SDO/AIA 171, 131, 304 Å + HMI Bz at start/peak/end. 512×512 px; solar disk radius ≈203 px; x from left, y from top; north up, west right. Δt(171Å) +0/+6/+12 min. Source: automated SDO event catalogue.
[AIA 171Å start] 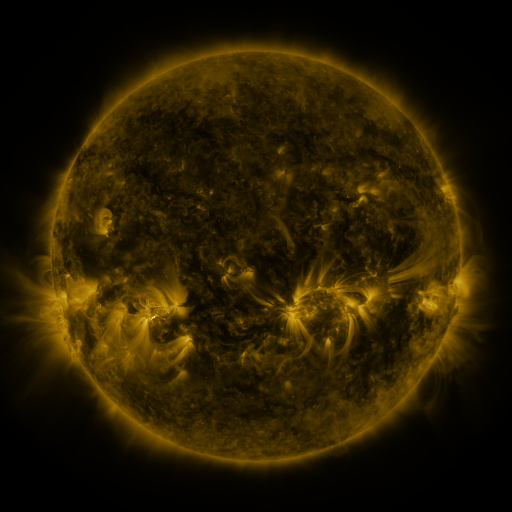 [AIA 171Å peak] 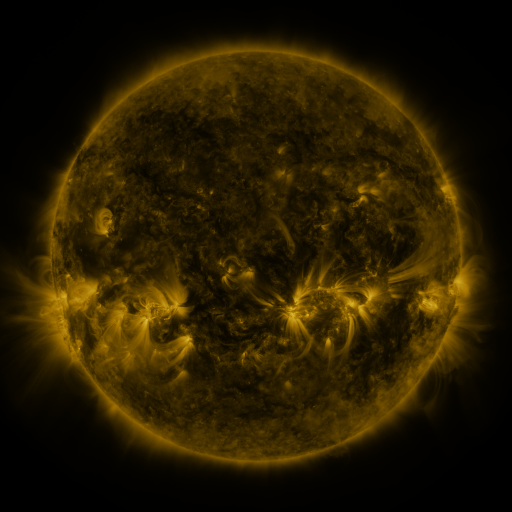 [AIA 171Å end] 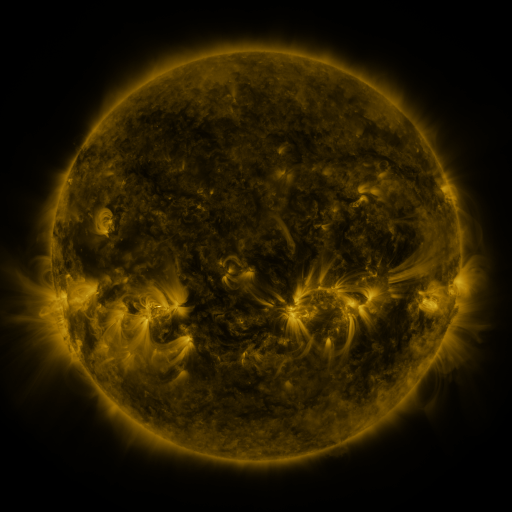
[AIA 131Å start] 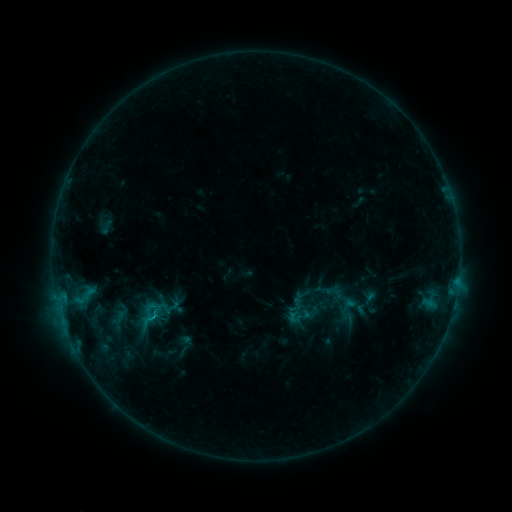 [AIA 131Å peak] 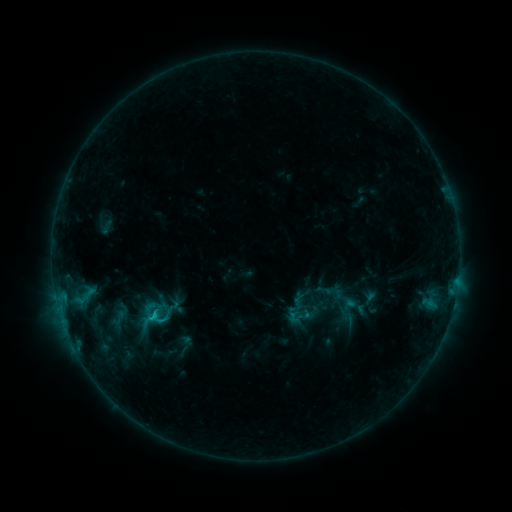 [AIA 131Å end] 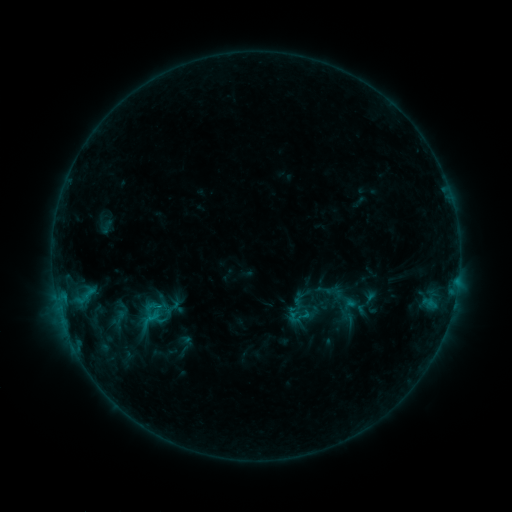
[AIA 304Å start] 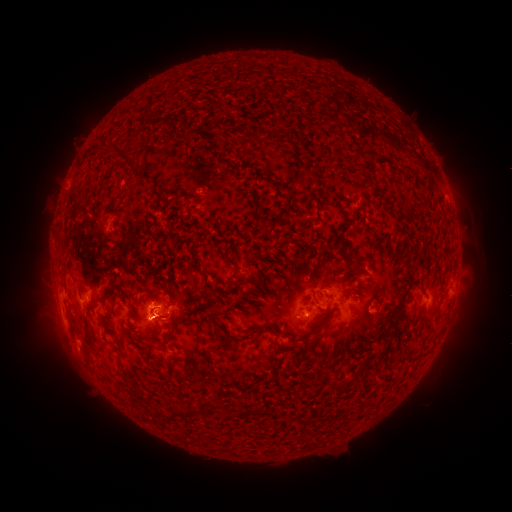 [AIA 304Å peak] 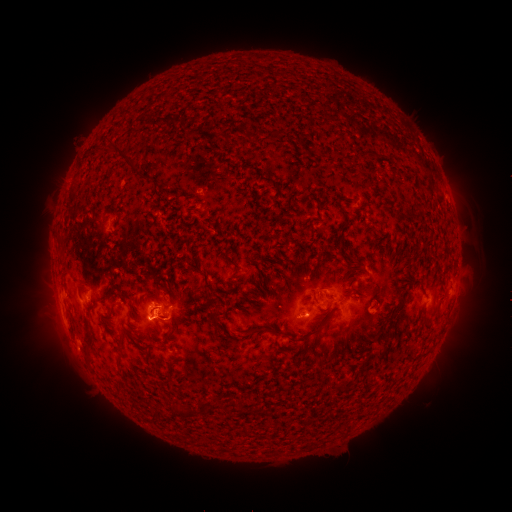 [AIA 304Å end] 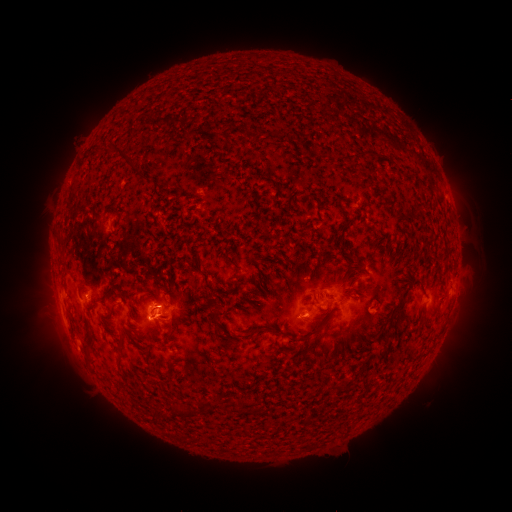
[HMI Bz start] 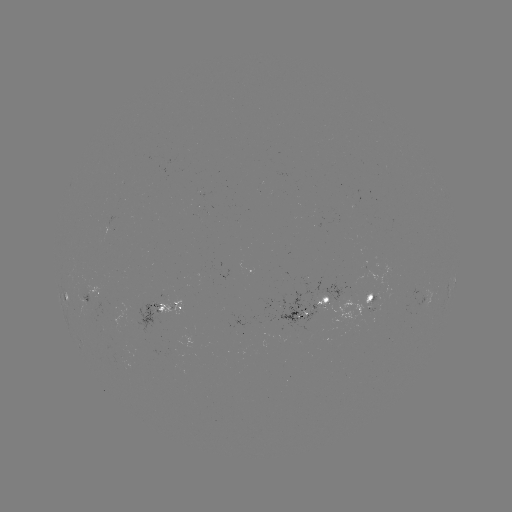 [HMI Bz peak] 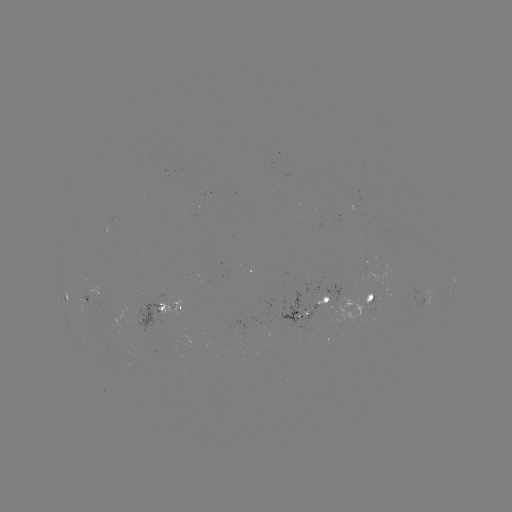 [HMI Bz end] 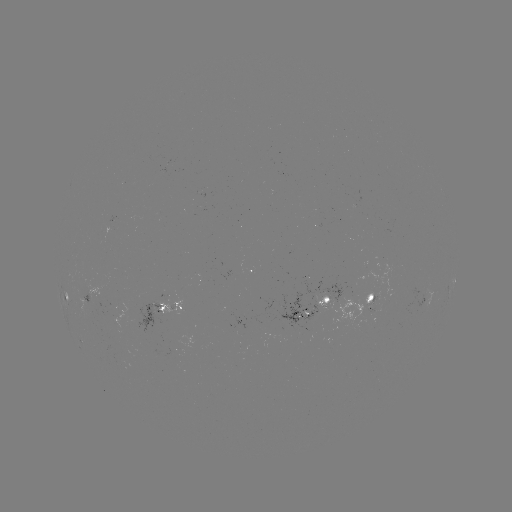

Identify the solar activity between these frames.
C1.1 flare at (156, 315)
